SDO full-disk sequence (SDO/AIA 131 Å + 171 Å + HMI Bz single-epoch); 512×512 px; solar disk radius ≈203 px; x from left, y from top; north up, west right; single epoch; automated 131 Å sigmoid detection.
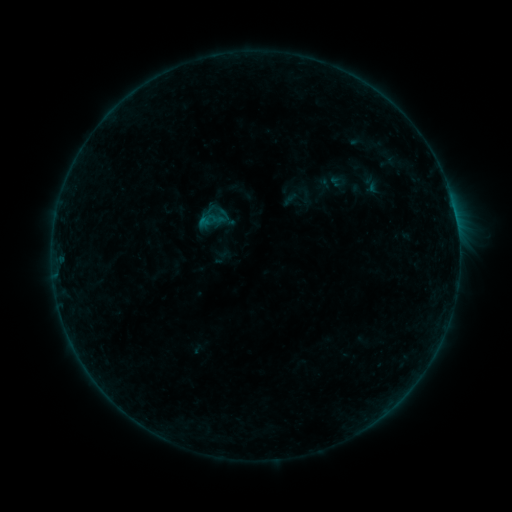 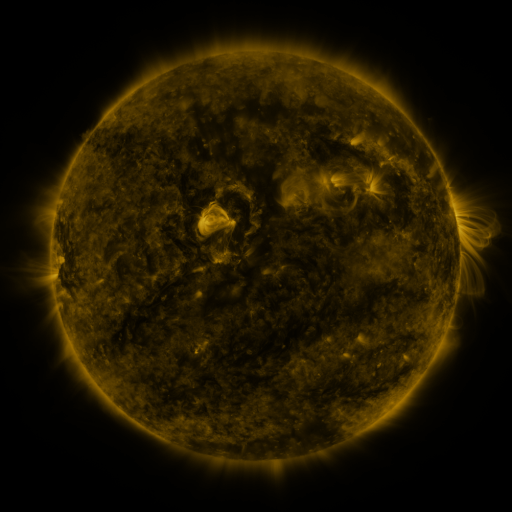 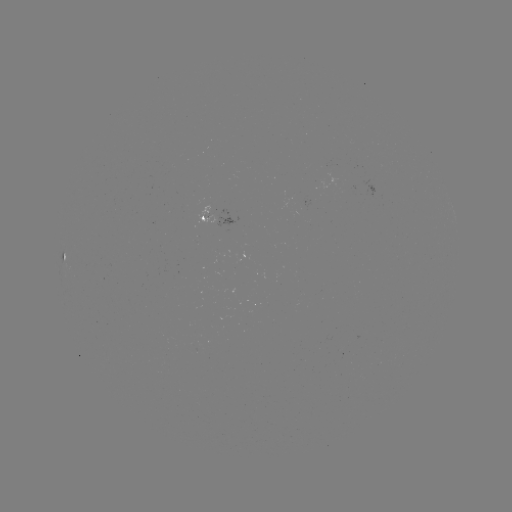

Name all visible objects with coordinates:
sigmoid: <bbox>196, 209, 218, 231</bbox>
